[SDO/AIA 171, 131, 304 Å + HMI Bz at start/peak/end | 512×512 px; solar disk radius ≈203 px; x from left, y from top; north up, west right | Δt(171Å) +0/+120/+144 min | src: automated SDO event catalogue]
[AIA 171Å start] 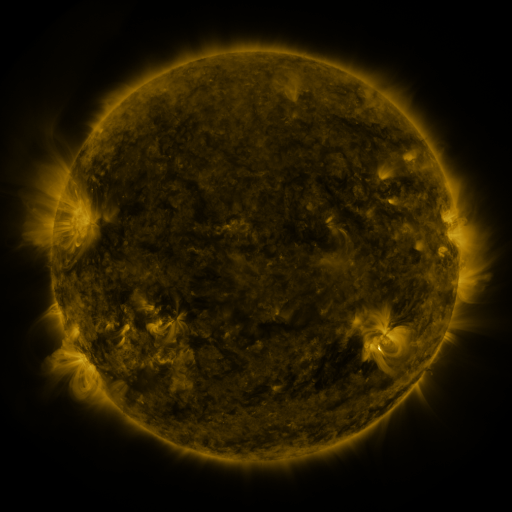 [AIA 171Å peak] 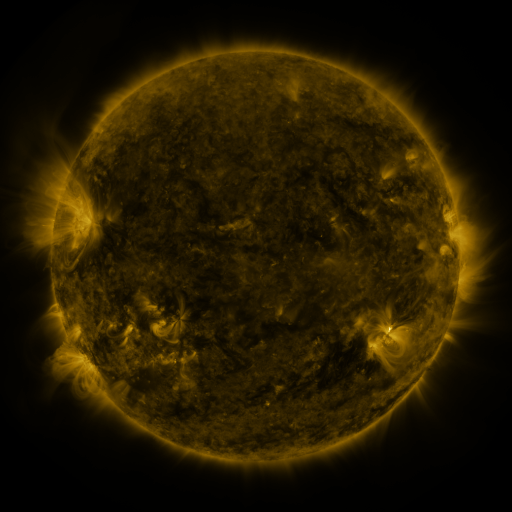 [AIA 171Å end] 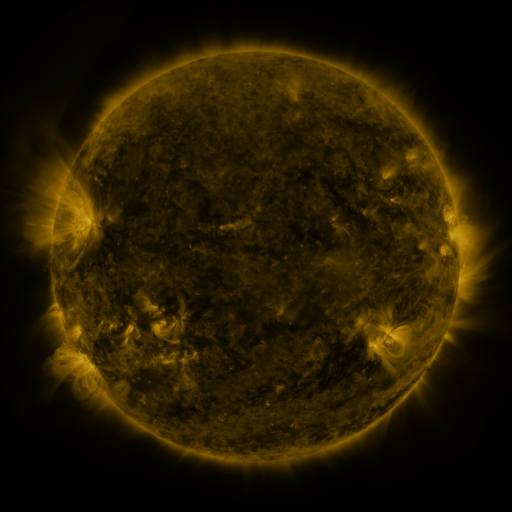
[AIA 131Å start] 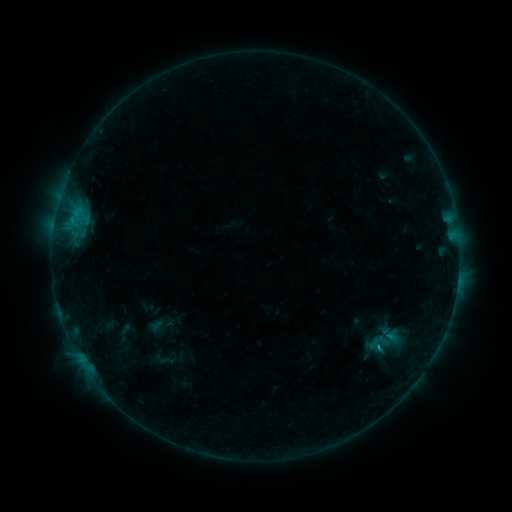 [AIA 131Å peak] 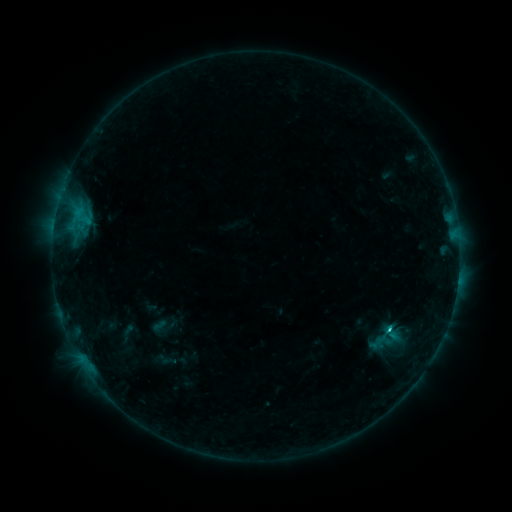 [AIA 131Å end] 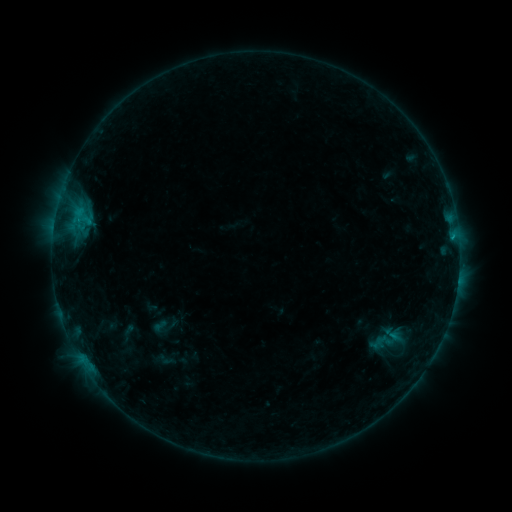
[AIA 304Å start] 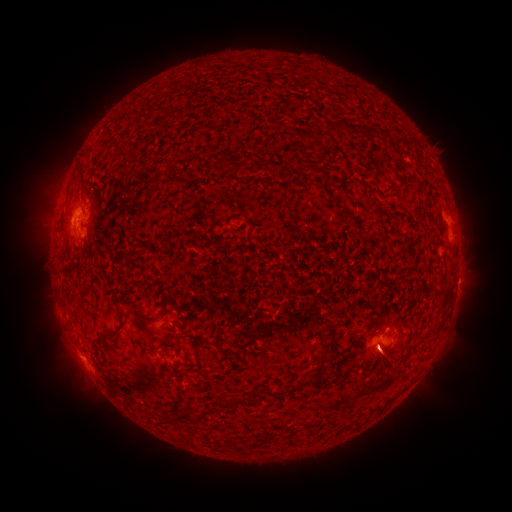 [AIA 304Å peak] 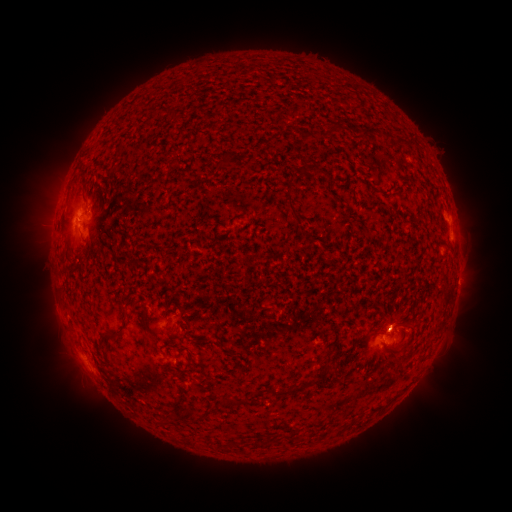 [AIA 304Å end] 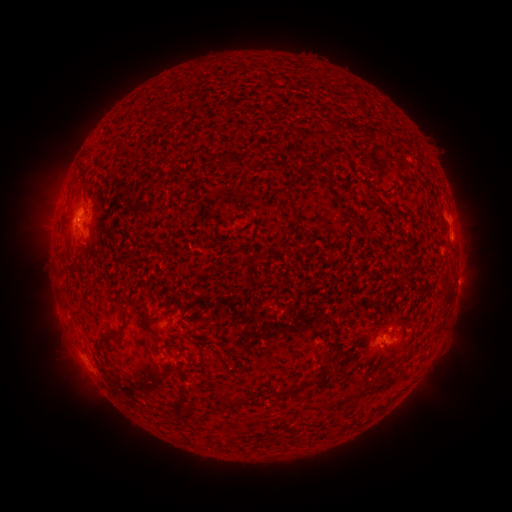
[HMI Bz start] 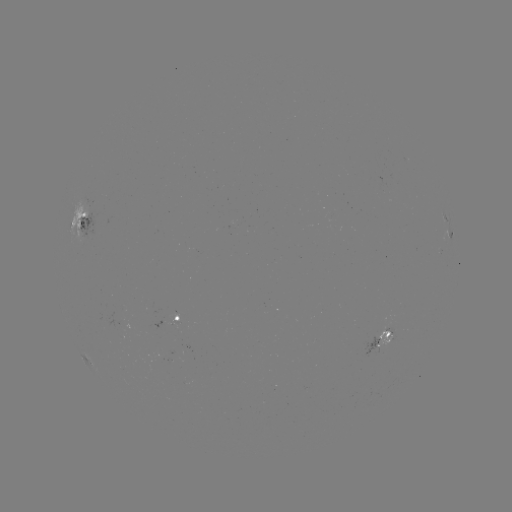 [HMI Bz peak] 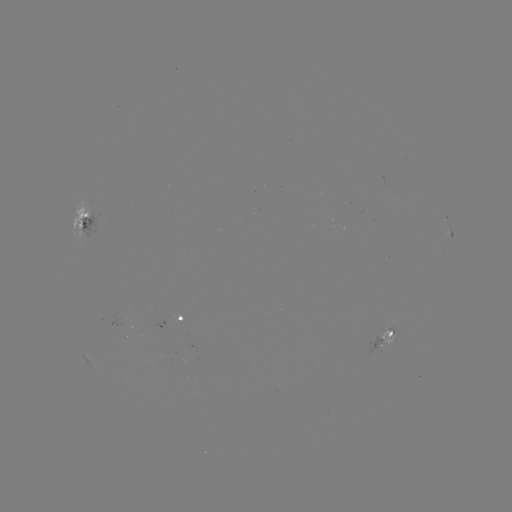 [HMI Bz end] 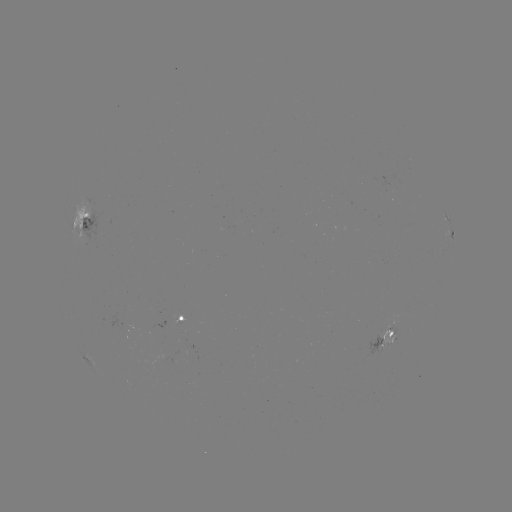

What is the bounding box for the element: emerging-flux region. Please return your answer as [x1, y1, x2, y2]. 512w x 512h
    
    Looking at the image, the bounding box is [363, 336, 381, 356].